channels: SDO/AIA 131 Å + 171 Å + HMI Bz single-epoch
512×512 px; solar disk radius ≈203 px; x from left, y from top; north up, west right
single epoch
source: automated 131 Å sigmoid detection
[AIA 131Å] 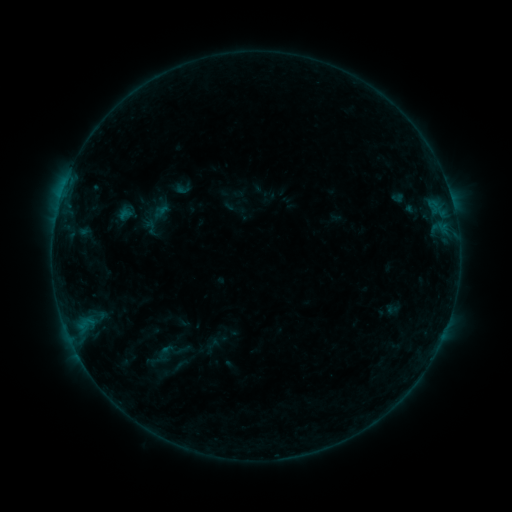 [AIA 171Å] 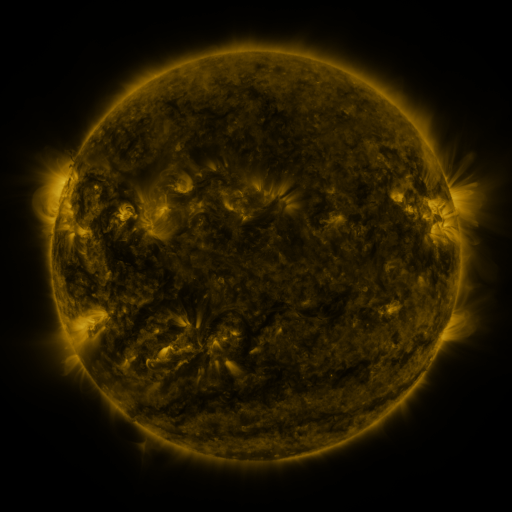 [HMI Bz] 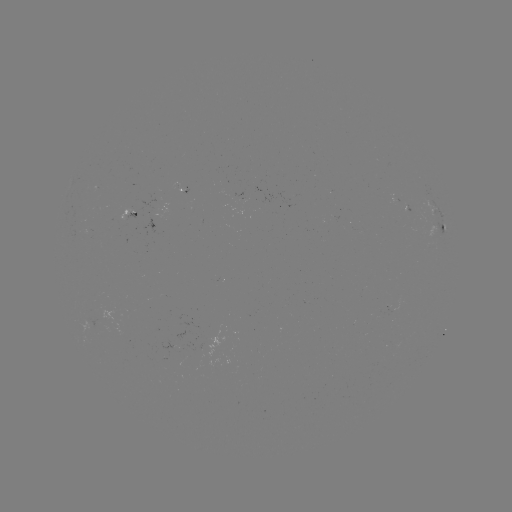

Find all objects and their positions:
sigmoid: (169, 372)
